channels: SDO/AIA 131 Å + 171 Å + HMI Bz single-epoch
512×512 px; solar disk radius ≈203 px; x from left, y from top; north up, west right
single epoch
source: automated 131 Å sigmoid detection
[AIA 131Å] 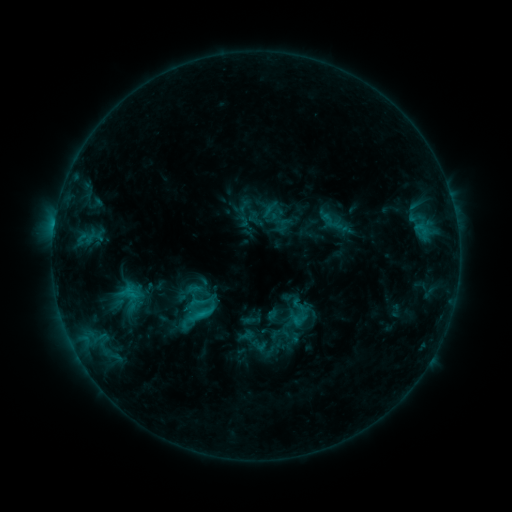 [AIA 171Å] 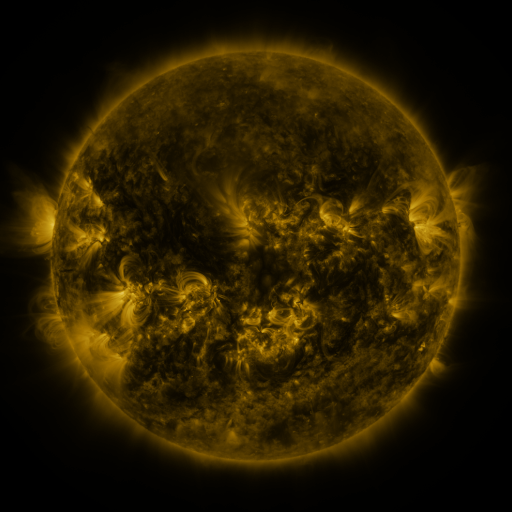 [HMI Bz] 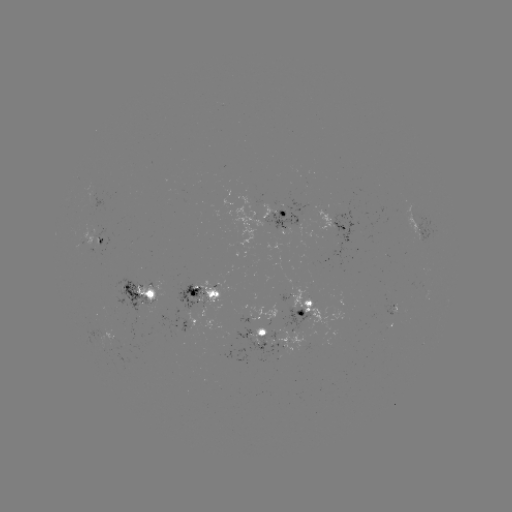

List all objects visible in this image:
sigmoid: (184, 291, 209, 315)
sigmoid: (249, 336, 268, 355)
